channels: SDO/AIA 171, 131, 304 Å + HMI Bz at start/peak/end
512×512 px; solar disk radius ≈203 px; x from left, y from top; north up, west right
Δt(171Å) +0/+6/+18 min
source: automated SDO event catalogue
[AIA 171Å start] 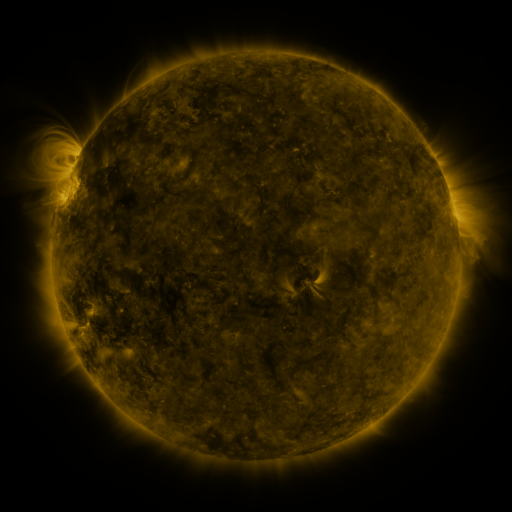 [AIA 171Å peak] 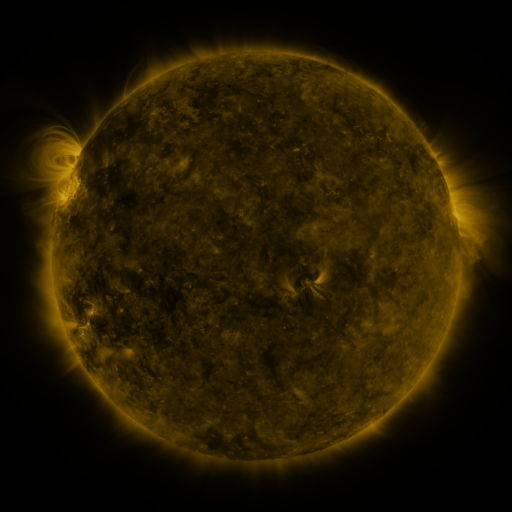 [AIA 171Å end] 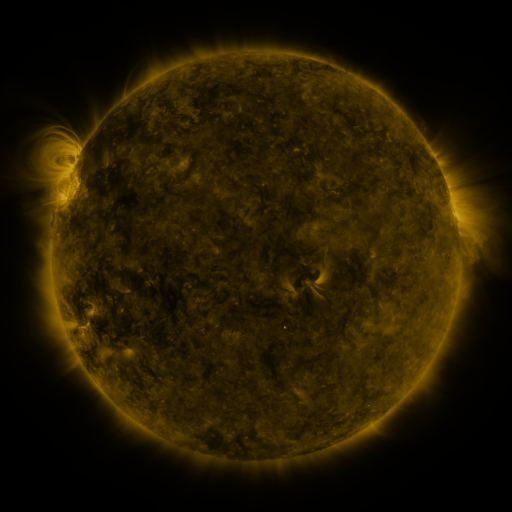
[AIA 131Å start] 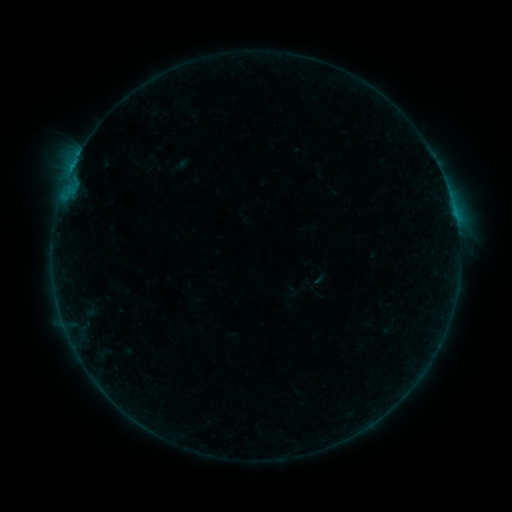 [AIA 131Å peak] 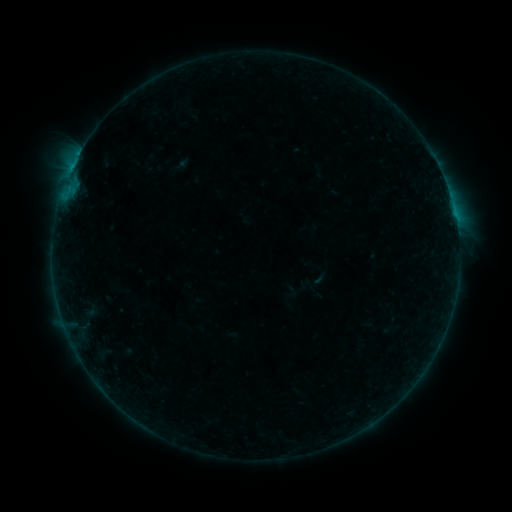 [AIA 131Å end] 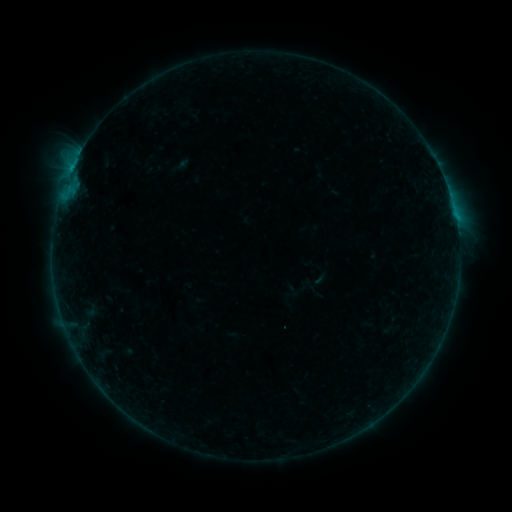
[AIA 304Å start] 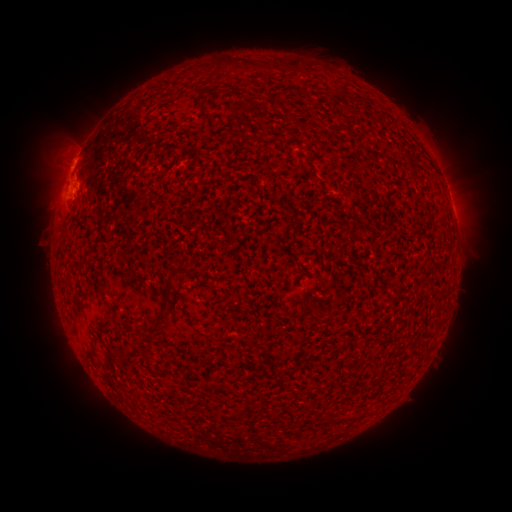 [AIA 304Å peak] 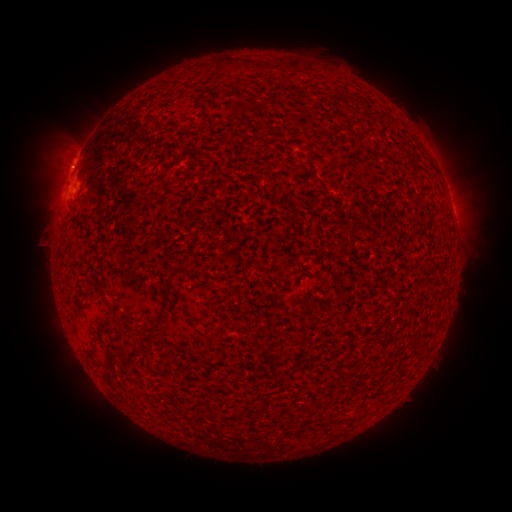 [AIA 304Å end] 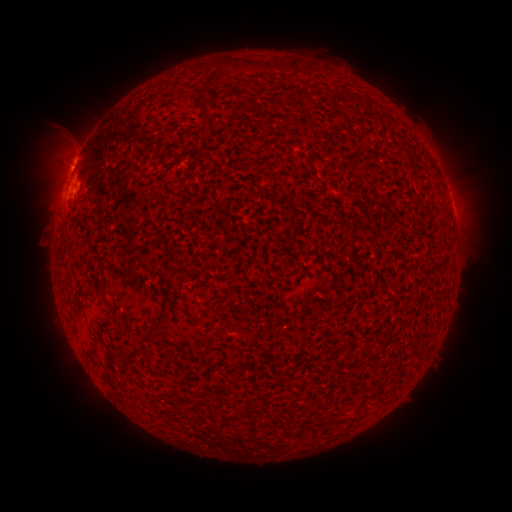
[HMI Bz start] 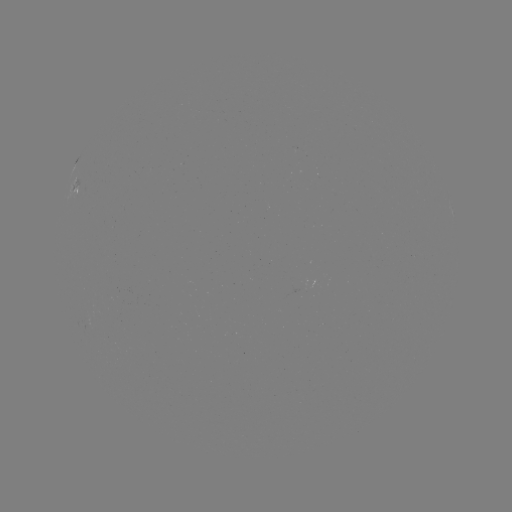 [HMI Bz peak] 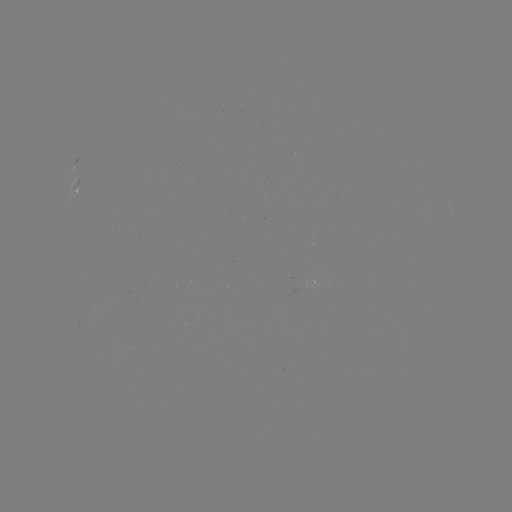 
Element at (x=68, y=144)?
eruption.